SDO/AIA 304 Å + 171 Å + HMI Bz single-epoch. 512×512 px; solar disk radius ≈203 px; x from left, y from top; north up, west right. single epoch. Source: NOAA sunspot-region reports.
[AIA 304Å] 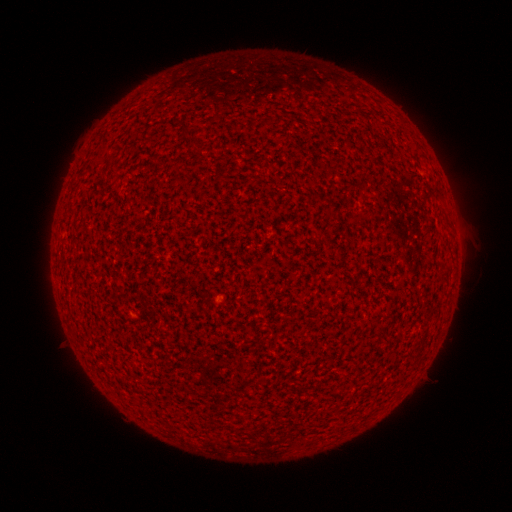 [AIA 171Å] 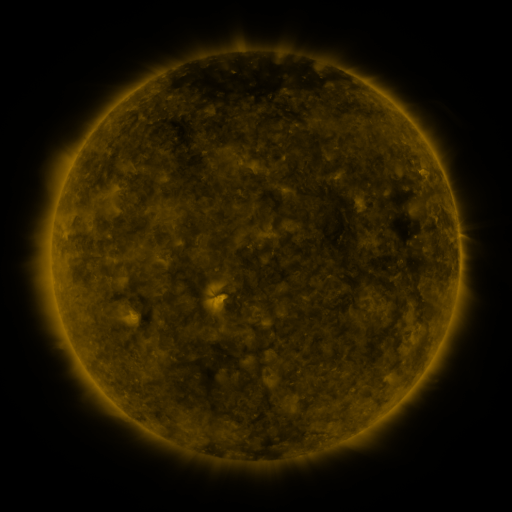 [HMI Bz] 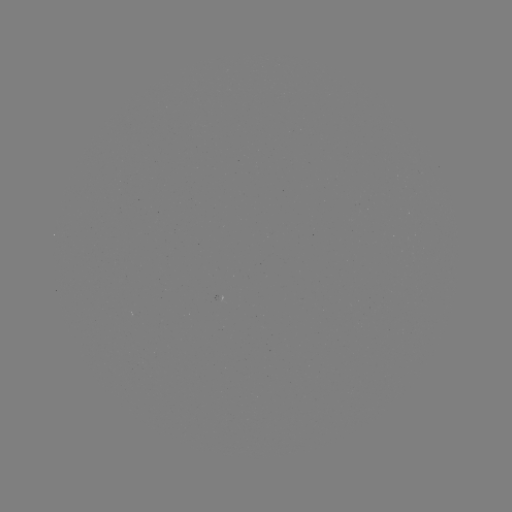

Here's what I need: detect spotted active region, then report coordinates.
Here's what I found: spotted active region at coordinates (227, 295).